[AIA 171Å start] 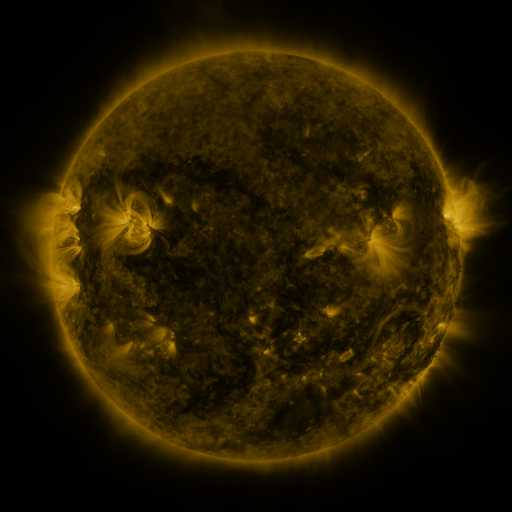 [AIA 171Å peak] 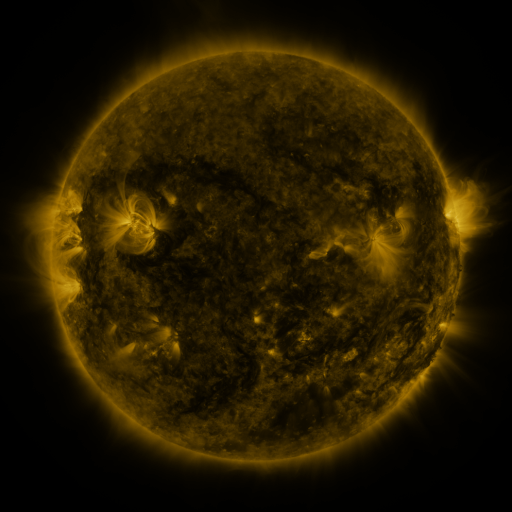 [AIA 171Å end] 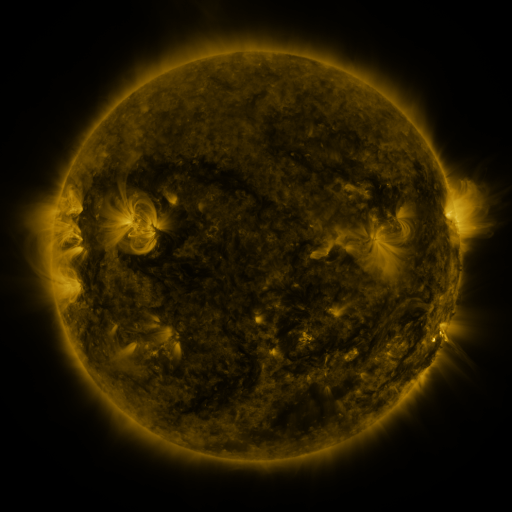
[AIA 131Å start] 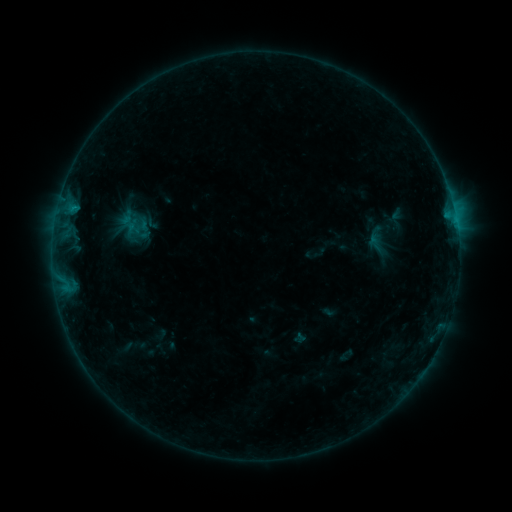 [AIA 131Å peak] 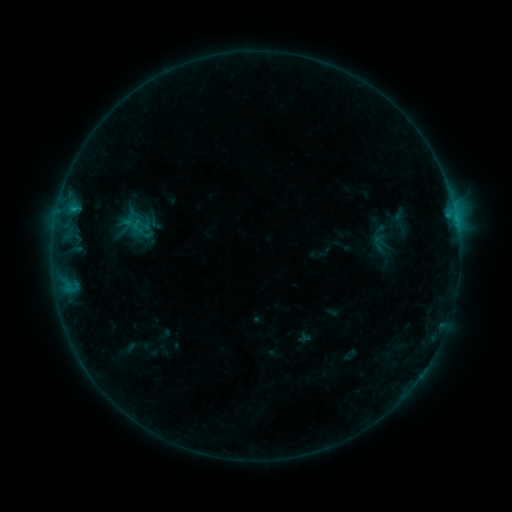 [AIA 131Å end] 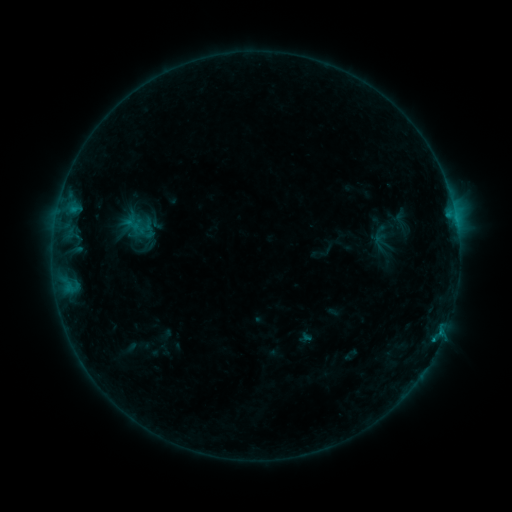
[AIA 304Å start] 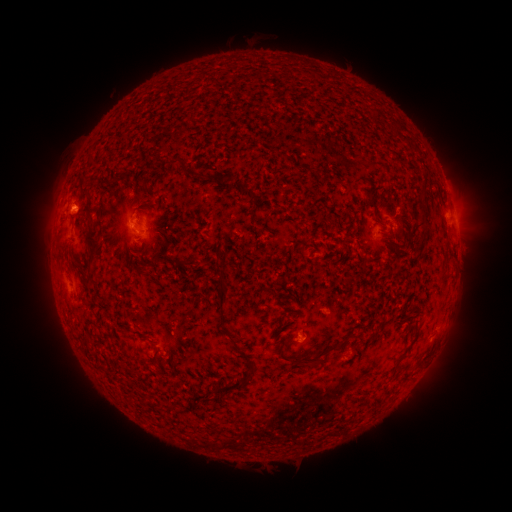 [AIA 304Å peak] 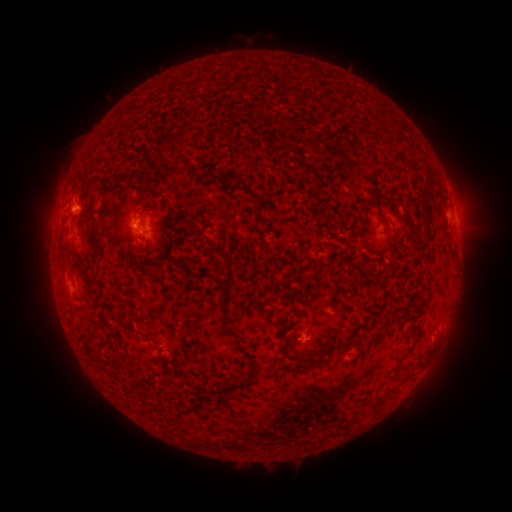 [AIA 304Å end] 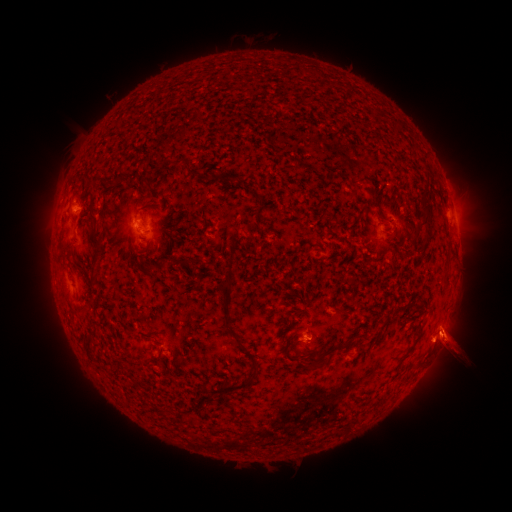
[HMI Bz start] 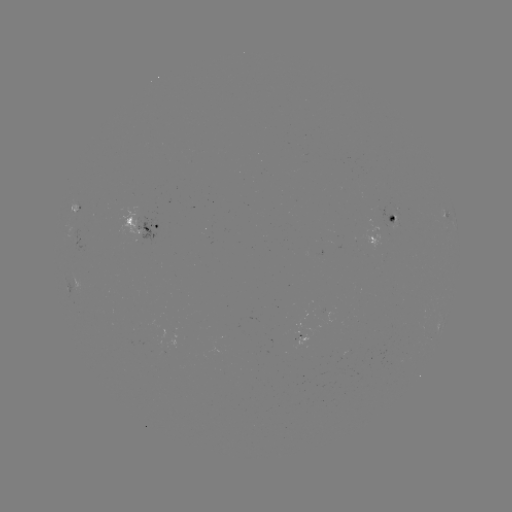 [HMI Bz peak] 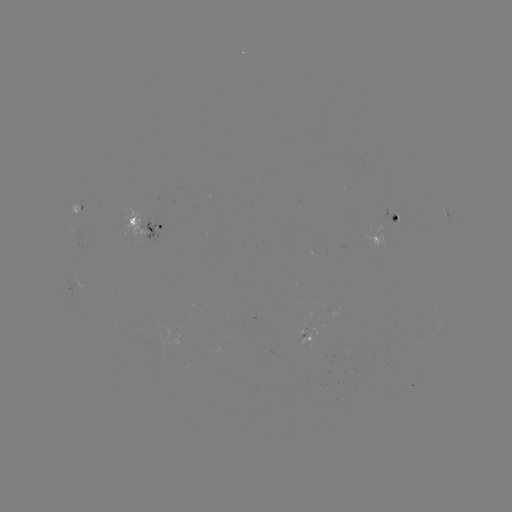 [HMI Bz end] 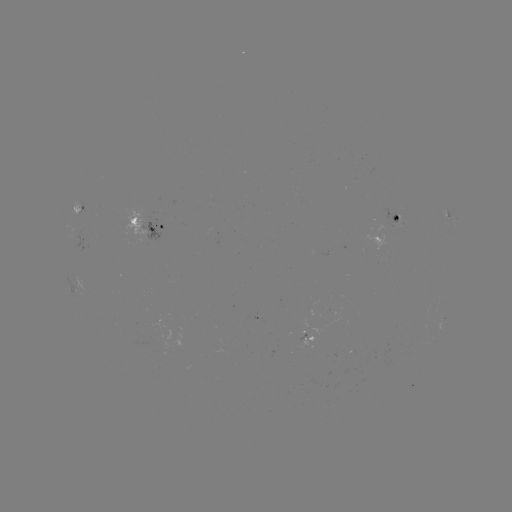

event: emerging-flux region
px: (305, 337)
